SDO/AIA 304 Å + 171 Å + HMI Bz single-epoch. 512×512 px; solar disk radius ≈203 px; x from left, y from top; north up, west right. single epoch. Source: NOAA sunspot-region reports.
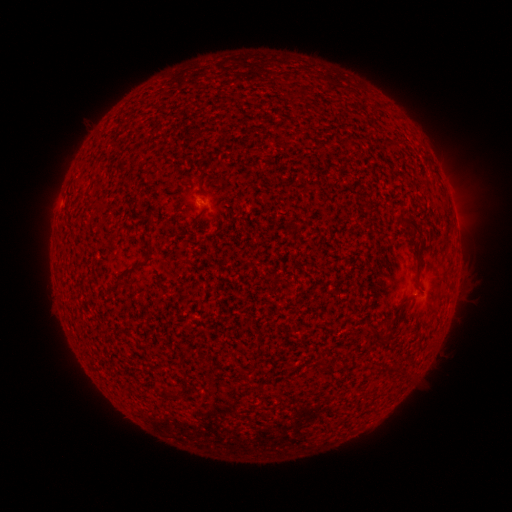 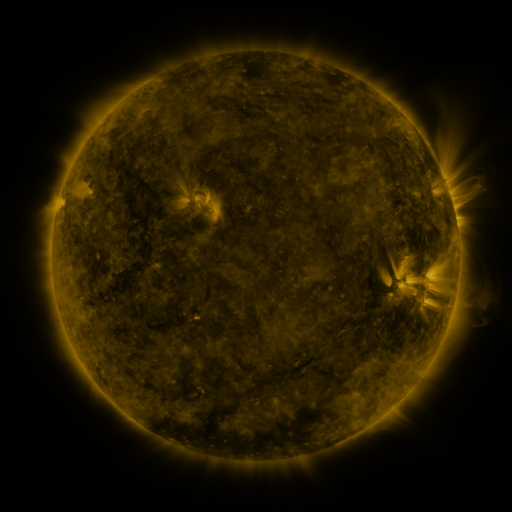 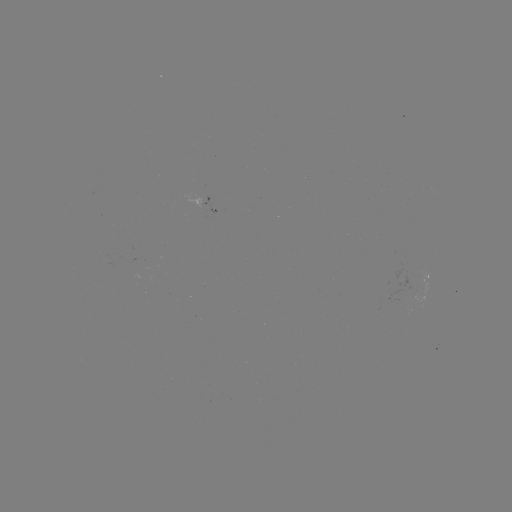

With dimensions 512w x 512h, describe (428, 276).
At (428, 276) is spotted active region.